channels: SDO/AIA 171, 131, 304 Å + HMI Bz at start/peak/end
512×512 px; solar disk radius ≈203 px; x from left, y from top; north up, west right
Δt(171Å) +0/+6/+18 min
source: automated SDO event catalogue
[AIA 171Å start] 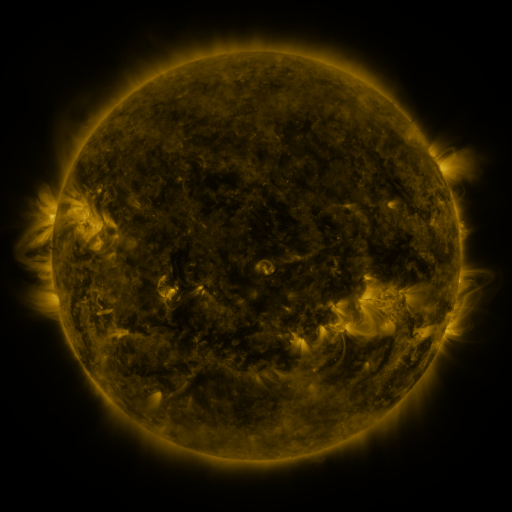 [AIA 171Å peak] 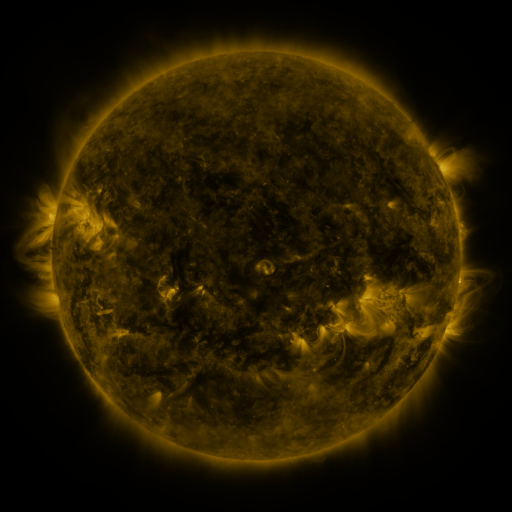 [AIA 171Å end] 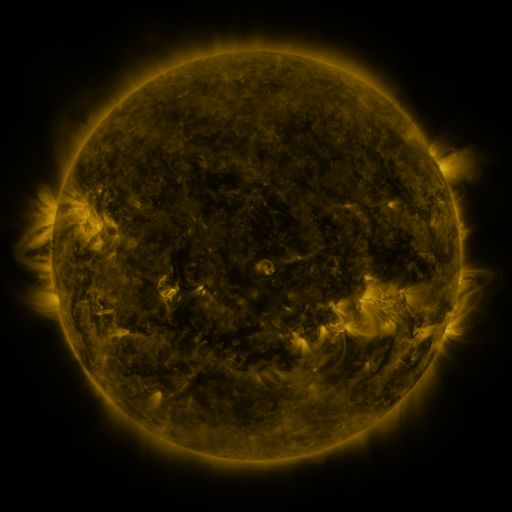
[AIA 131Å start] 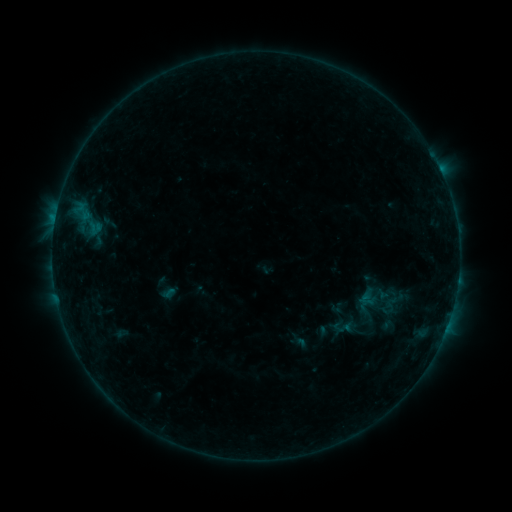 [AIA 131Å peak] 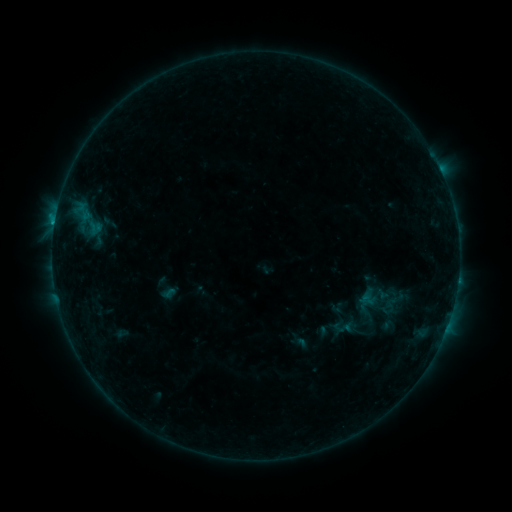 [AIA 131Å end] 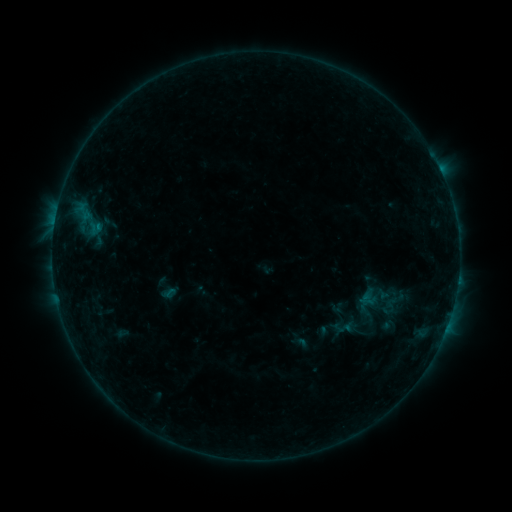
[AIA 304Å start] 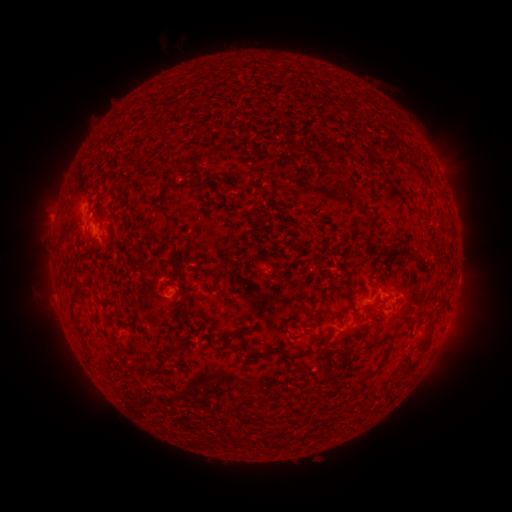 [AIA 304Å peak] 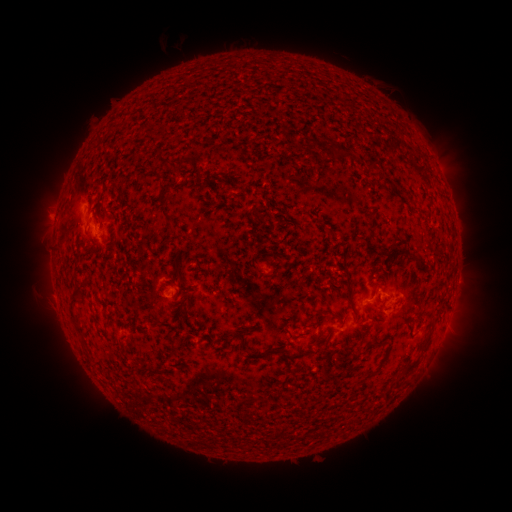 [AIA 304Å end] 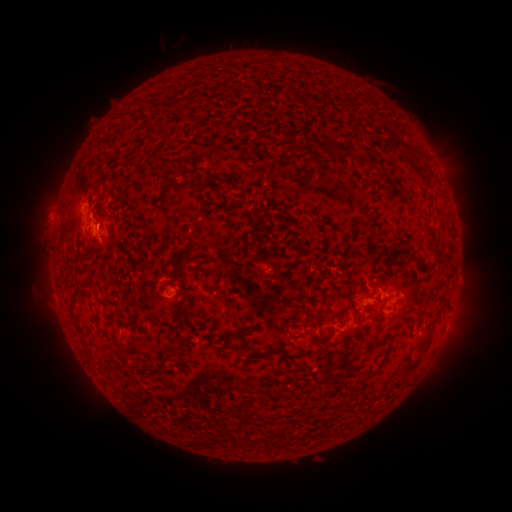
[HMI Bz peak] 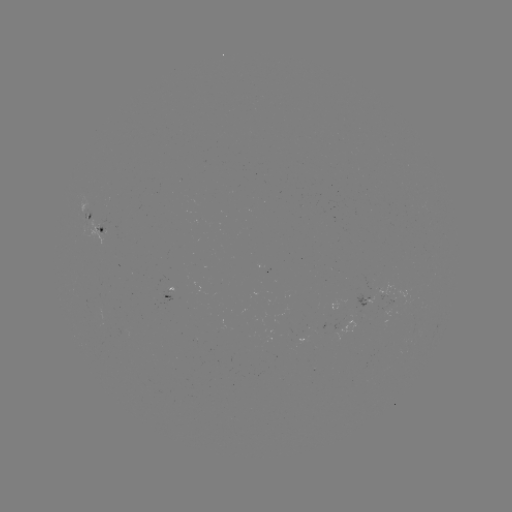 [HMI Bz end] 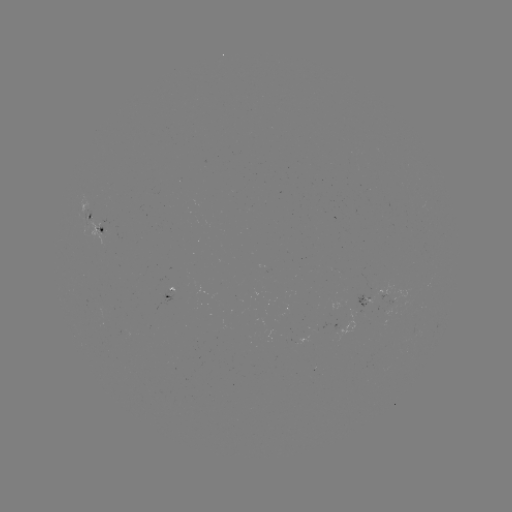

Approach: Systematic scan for B3.6 flare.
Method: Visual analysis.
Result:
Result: B3.6 flare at (55, 224).